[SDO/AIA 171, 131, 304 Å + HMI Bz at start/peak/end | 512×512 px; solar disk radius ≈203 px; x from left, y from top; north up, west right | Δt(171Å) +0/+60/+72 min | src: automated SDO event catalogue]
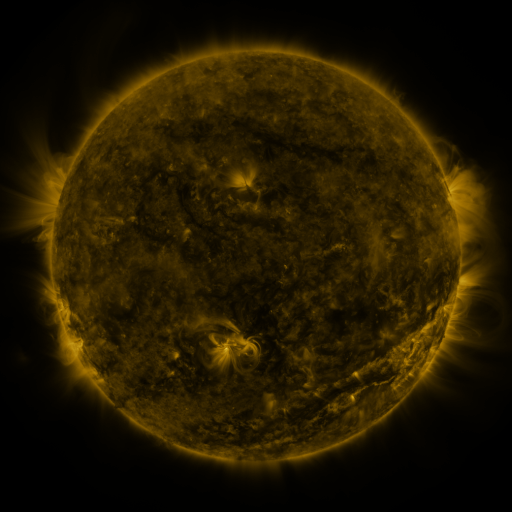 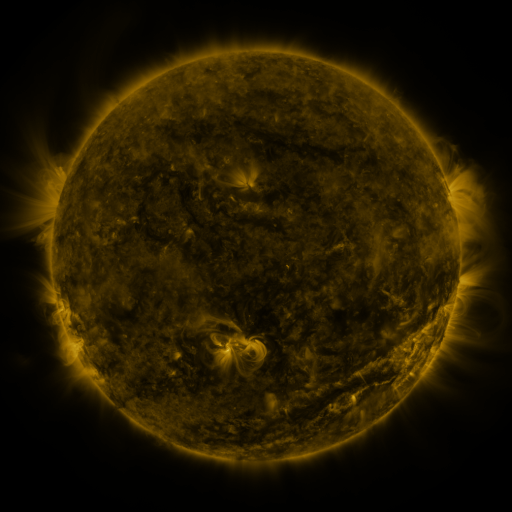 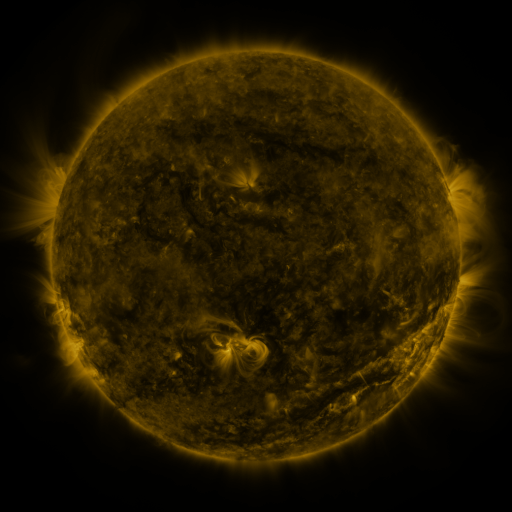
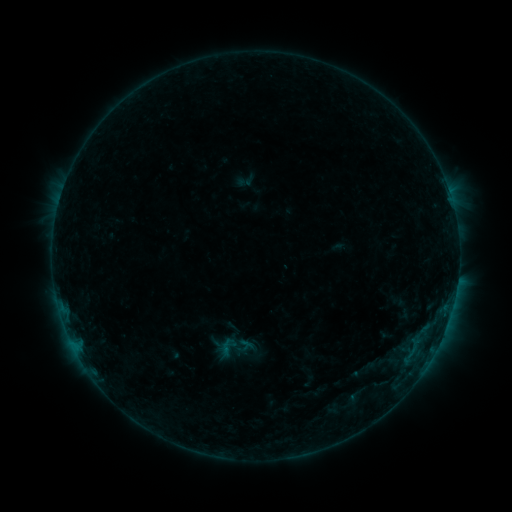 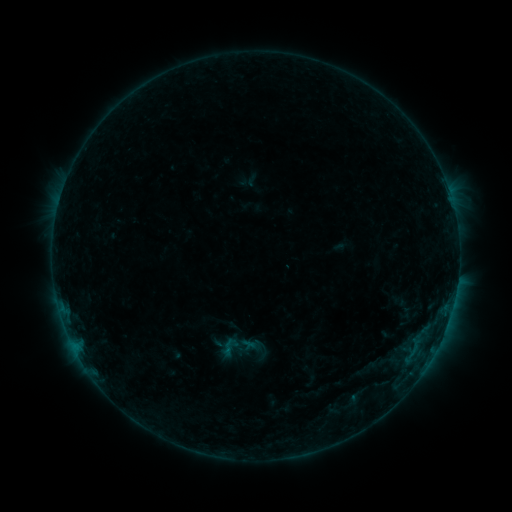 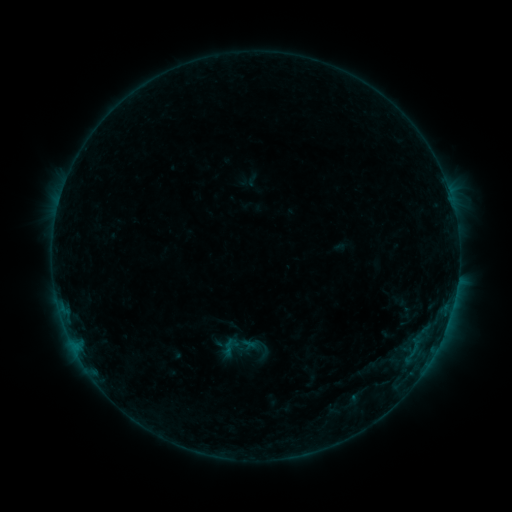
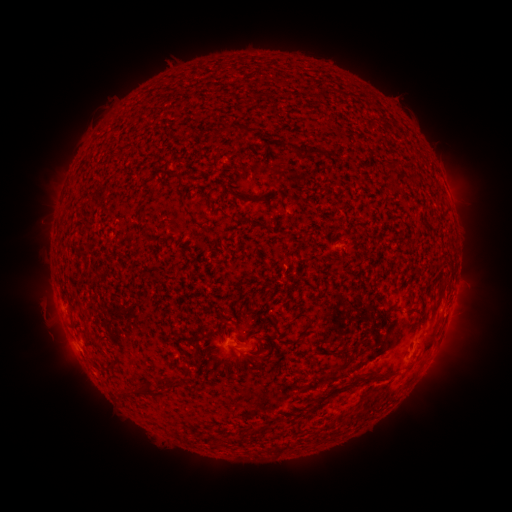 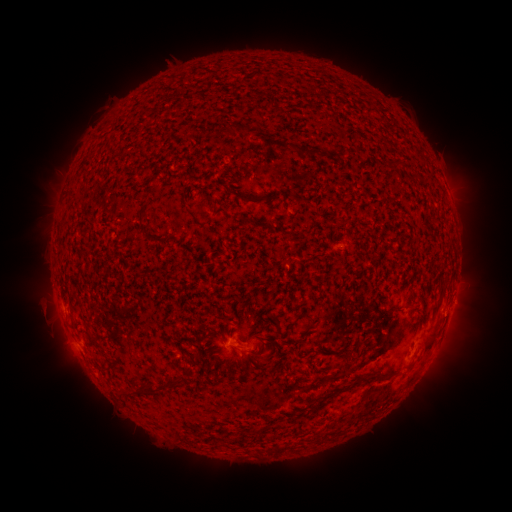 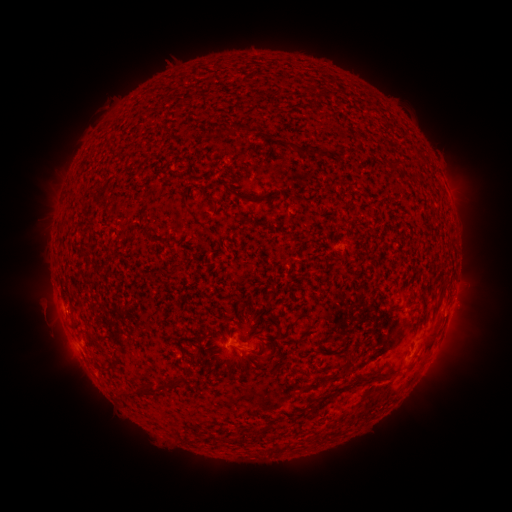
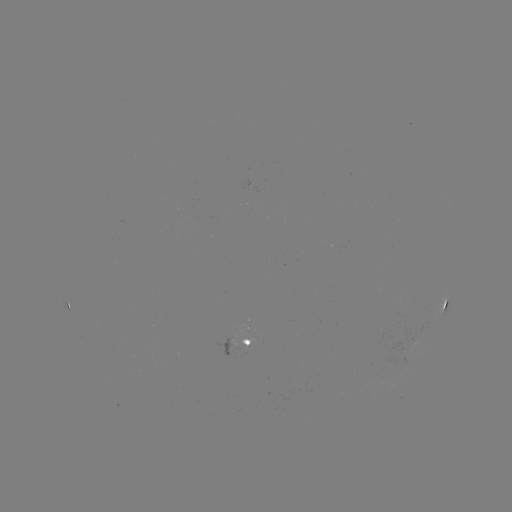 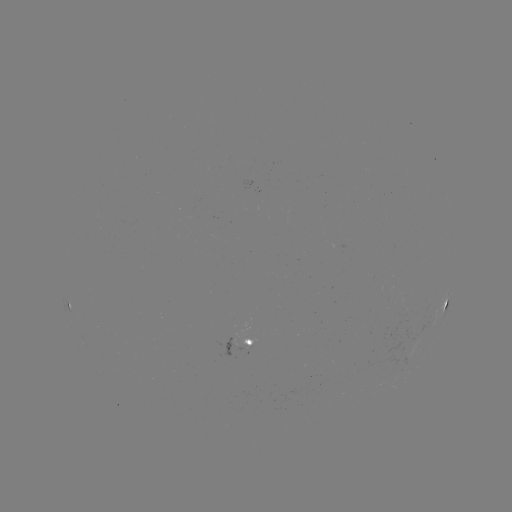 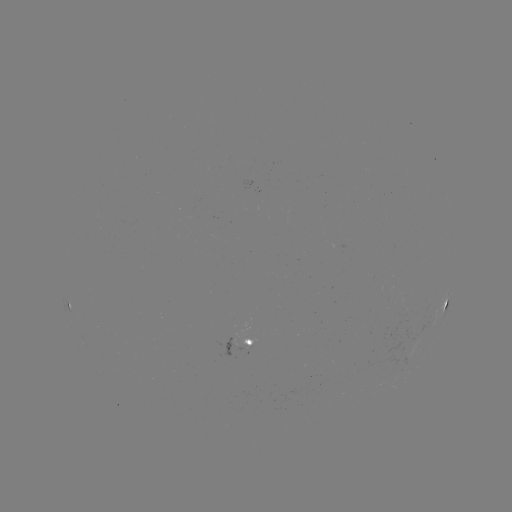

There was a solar emerging-flux region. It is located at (243, 343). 